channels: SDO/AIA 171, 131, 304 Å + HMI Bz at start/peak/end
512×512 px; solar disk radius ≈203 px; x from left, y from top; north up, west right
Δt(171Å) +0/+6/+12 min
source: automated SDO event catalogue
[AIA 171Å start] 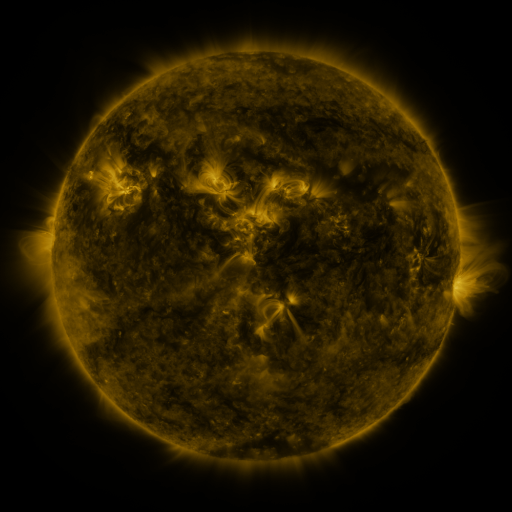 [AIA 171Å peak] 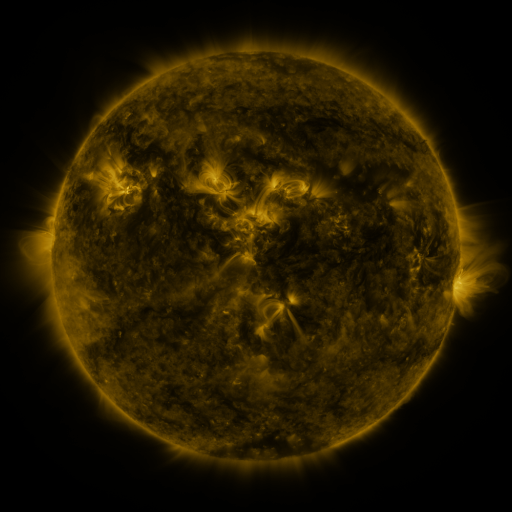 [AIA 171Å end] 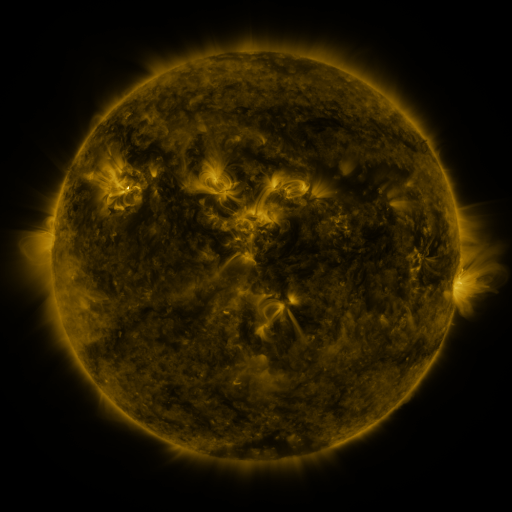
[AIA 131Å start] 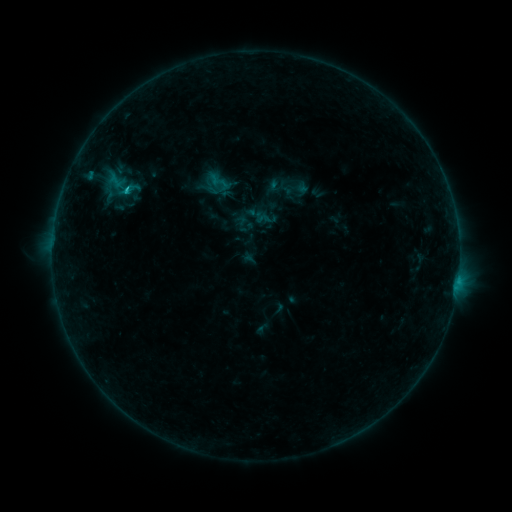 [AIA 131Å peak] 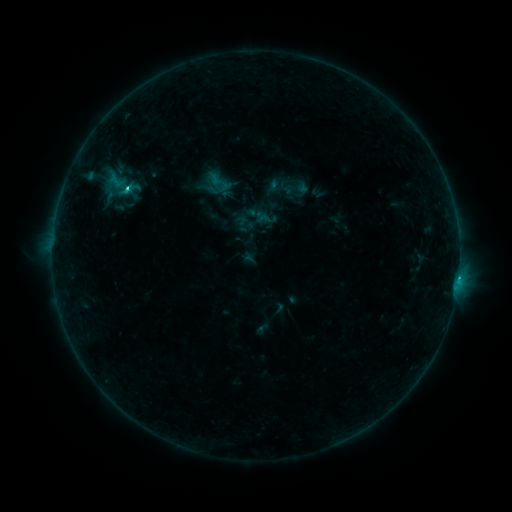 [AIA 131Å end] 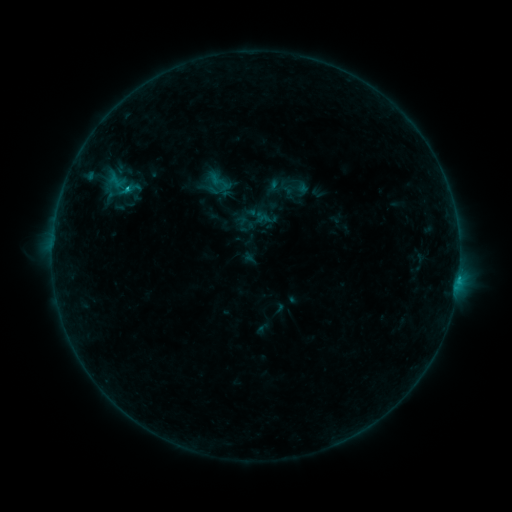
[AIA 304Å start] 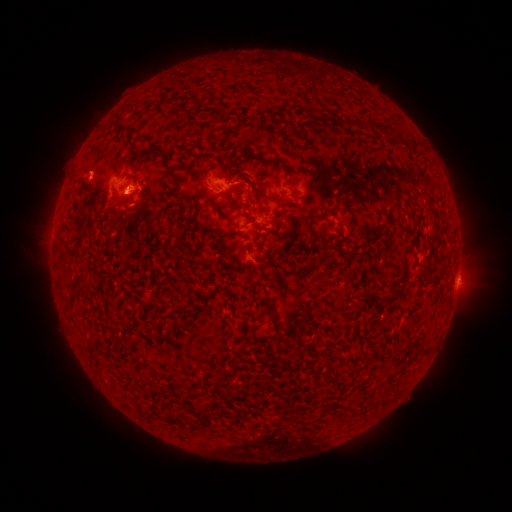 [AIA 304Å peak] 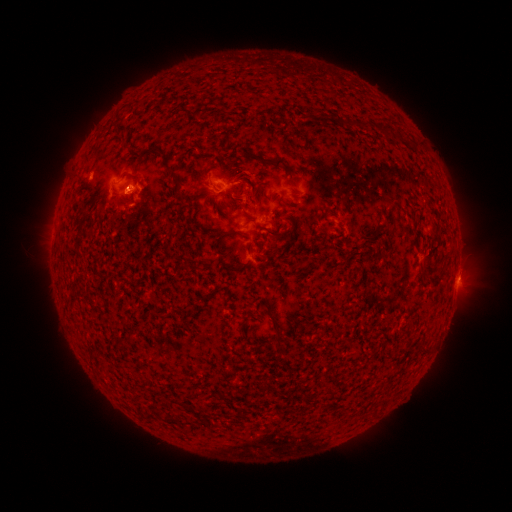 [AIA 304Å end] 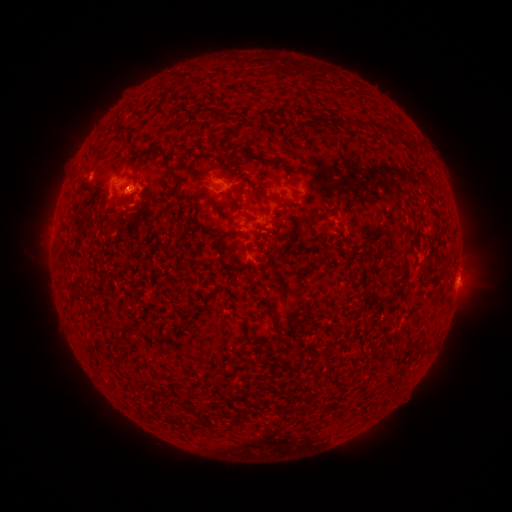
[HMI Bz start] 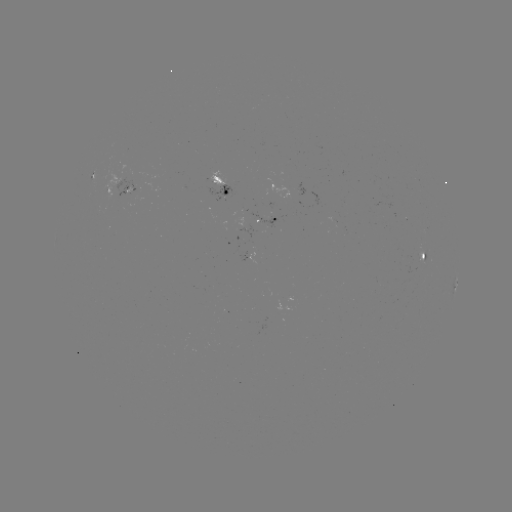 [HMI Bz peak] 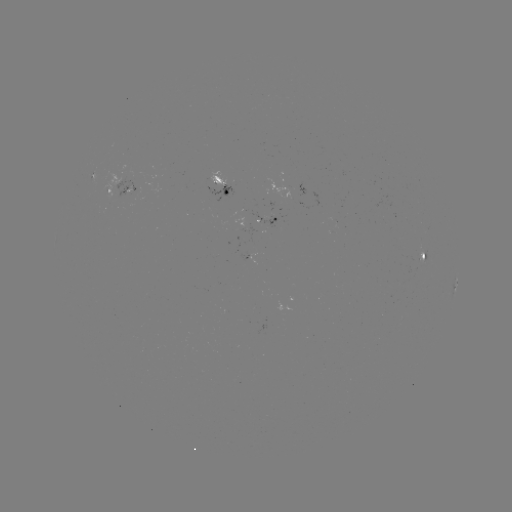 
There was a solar flare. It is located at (127, 189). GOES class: C1.2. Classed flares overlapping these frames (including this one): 1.